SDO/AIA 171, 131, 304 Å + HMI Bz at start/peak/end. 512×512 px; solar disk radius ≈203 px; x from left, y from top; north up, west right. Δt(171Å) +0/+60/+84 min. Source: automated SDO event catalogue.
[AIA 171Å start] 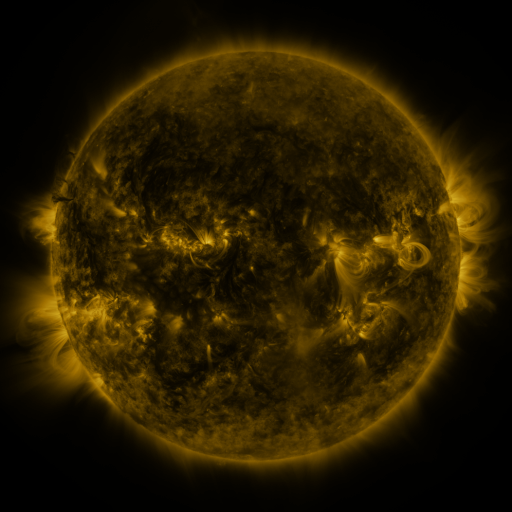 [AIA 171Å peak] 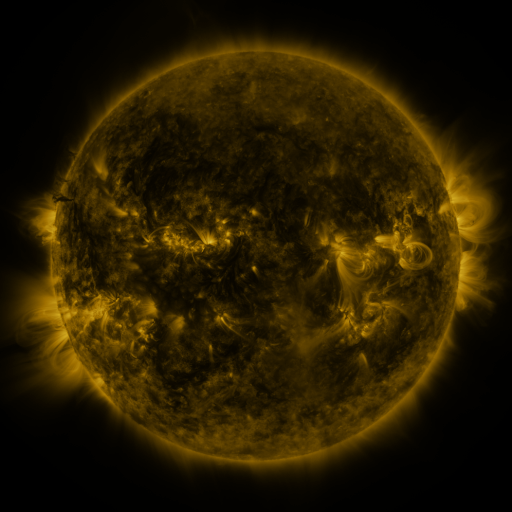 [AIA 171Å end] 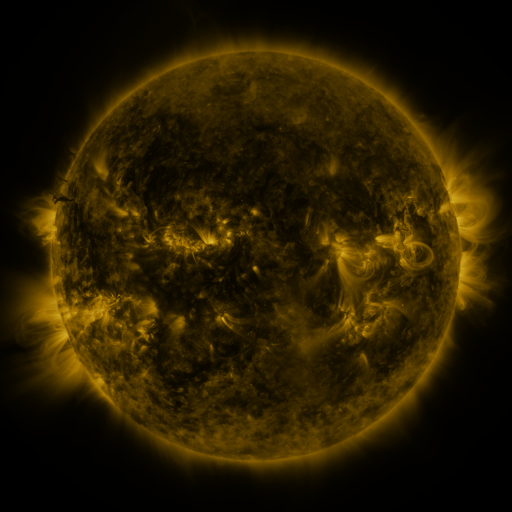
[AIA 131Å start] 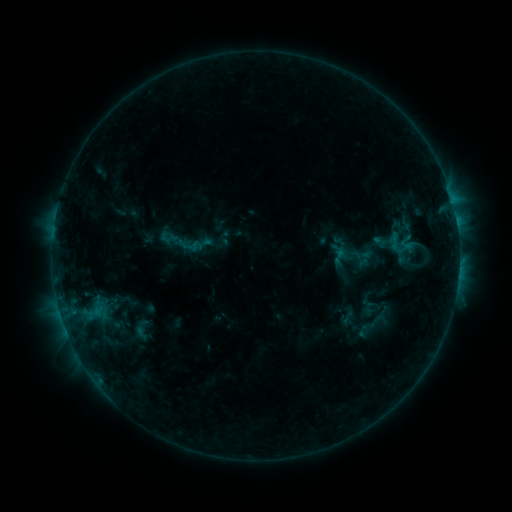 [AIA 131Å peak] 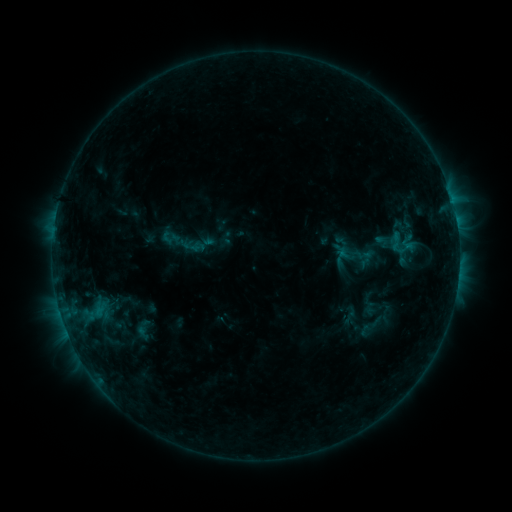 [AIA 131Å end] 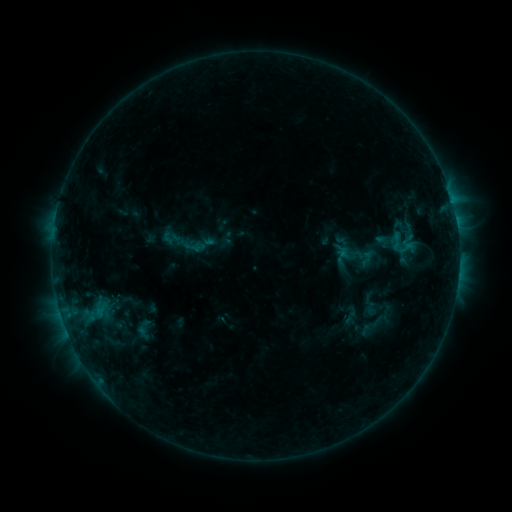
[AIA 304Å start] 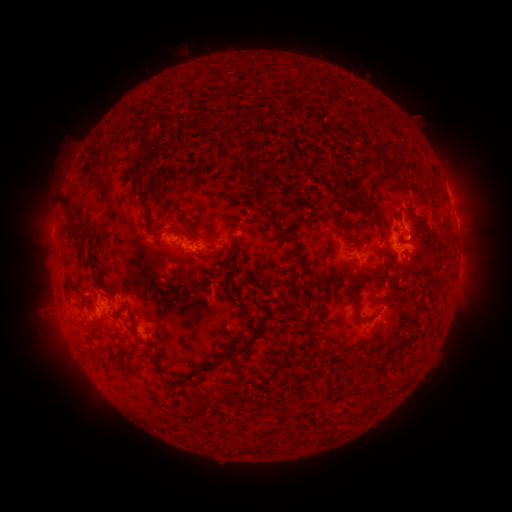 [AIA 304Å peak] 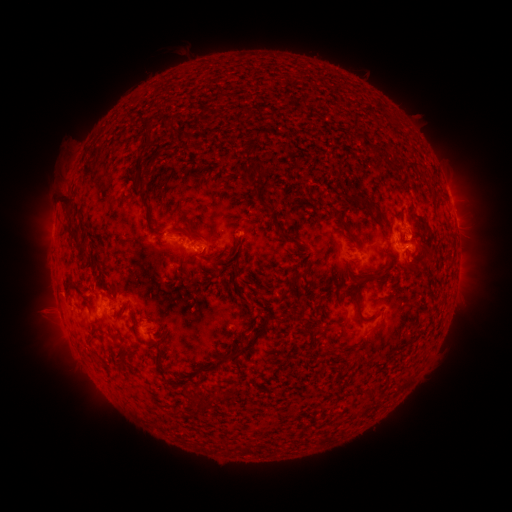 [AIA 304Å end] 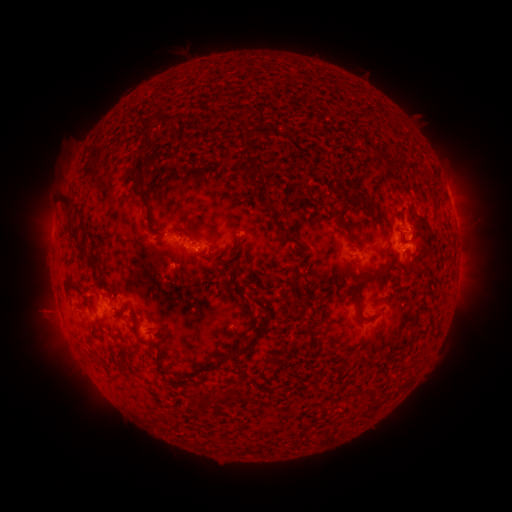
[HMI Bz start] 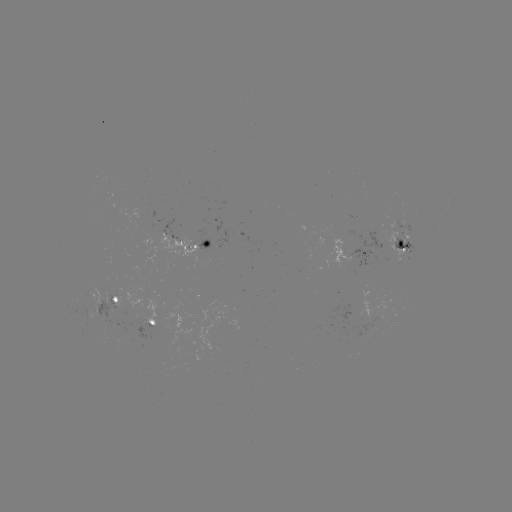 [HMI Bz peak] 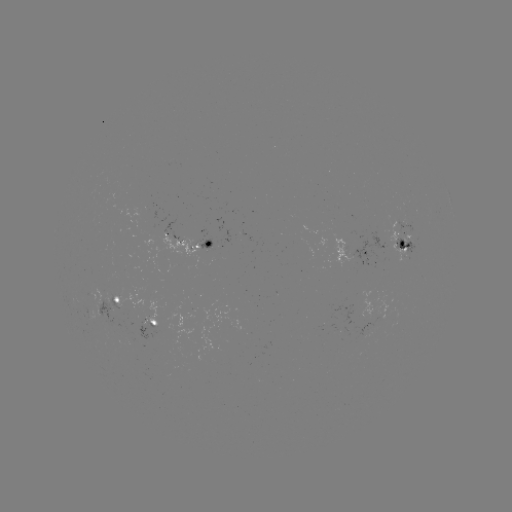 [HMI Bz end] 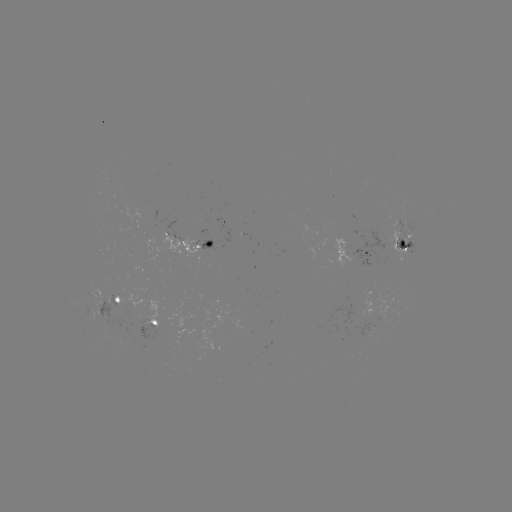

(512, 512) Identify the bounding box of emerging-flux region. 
[139, 223, 156, 263].